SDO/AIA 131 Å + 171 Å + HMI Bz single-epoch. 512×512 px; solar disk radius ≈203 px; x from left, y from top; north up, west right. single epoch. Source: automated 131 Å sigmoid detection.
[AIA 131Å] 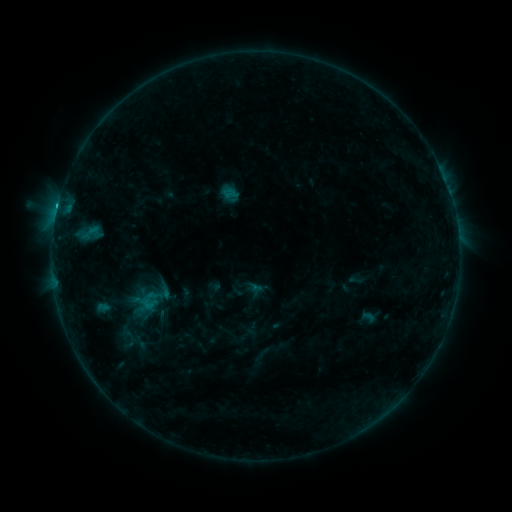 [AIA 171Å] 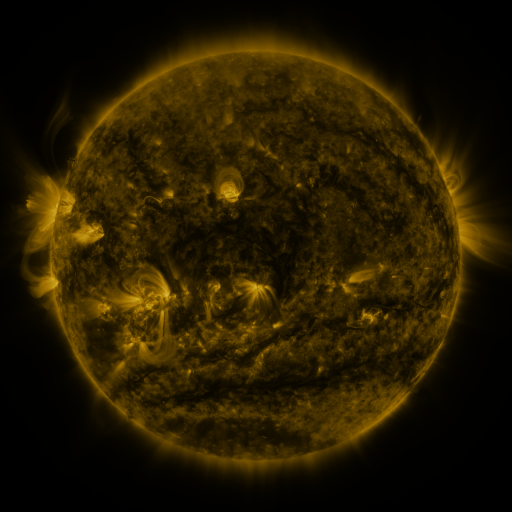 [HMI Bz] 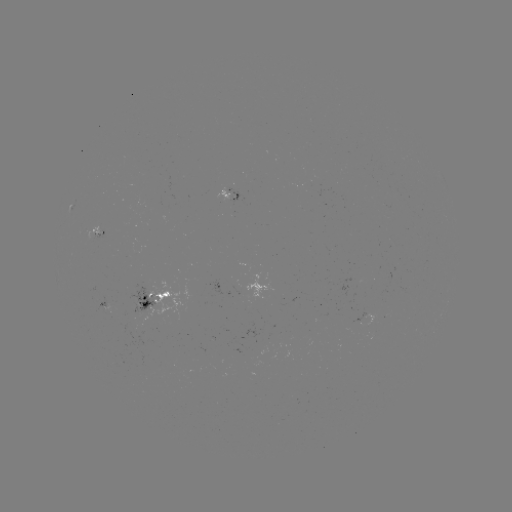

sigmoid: [221, 185, 237, 201]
